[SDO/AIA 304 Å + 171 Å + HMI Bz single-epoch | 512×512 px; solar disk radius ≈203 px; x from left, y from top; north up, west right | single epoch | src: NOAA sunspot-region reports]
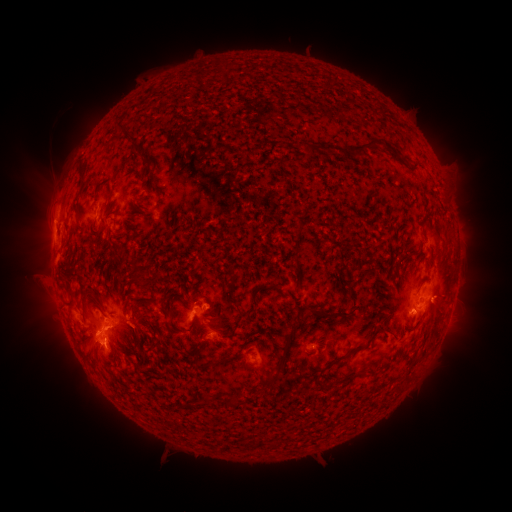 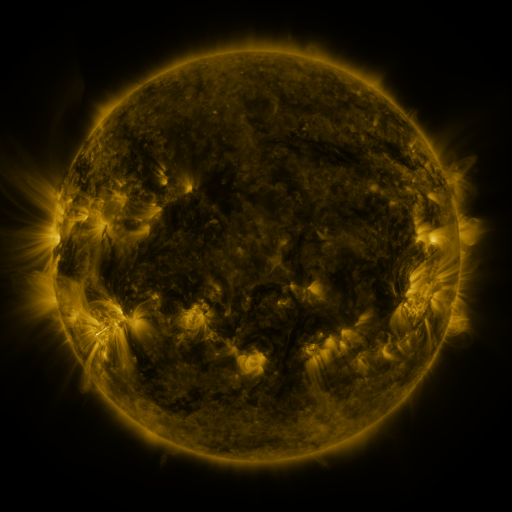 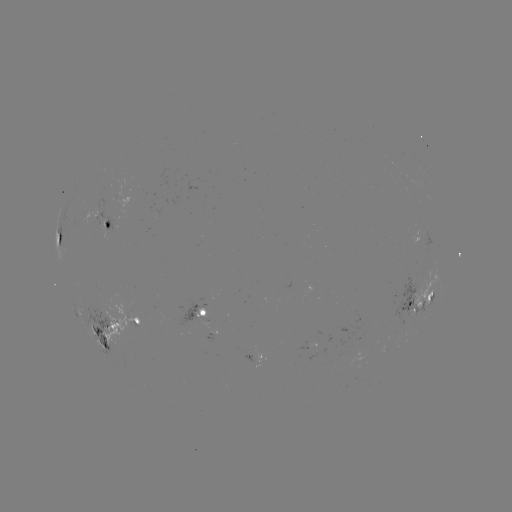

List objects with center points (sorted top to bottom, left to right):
spotted active region: (112, 224)
spotted active region: (59, 237)
spotted active region: (419, 300)
spotted active region: (204, 312)
spotted active region: (138, 320)
spotted active region: (107, 332)
spotted active region: (256, 355)
